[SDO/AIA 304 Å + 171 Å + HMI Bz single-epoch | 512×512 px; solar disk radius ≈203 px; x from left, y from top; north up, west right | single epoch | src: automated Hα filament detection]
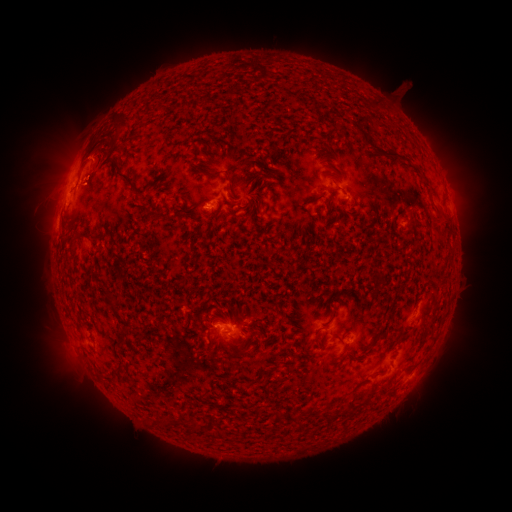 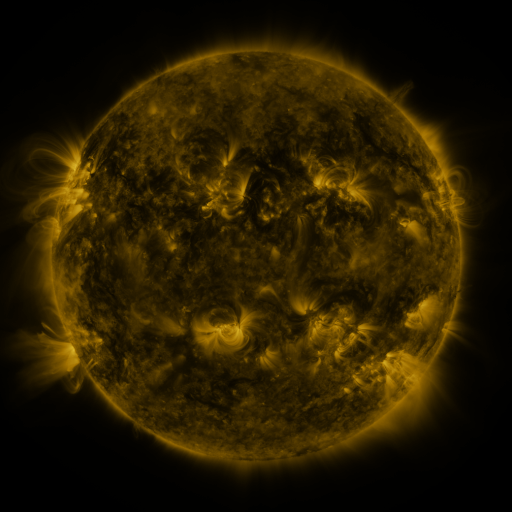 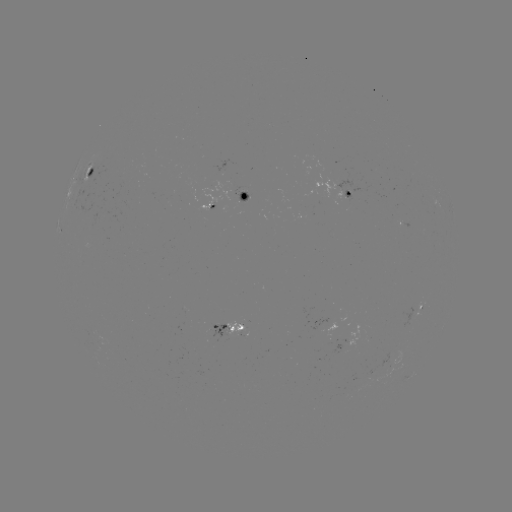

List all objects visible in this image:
filament: (121, 174)
filament: (215, 174)
filament: (229, 179)
filament: (70, 245)
filament: (342, 416)
